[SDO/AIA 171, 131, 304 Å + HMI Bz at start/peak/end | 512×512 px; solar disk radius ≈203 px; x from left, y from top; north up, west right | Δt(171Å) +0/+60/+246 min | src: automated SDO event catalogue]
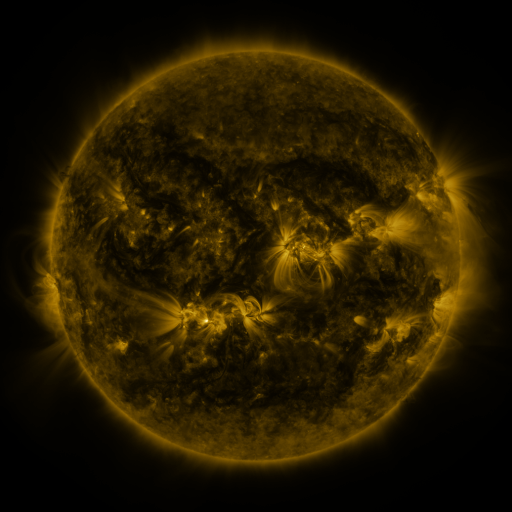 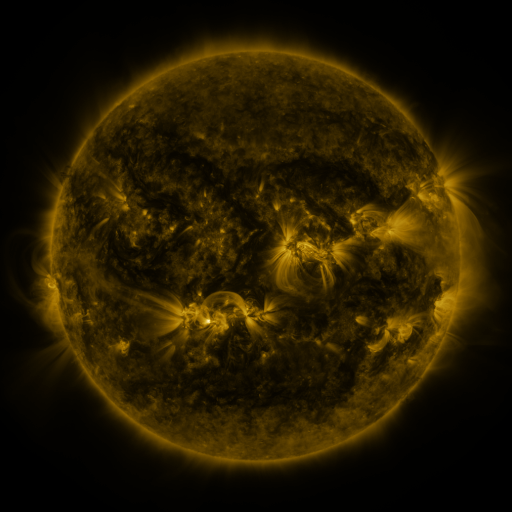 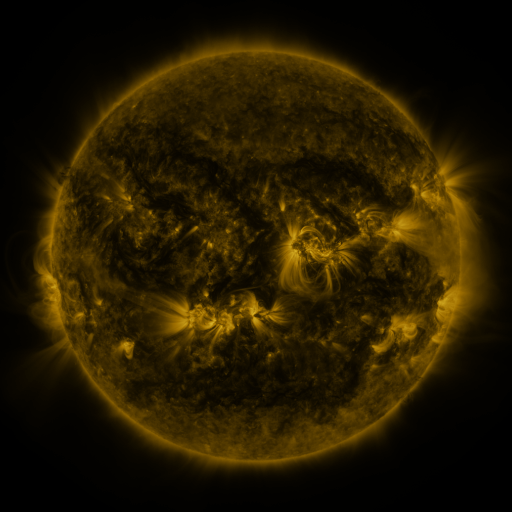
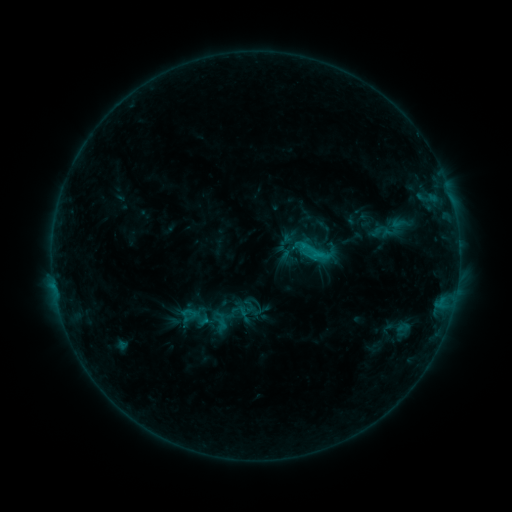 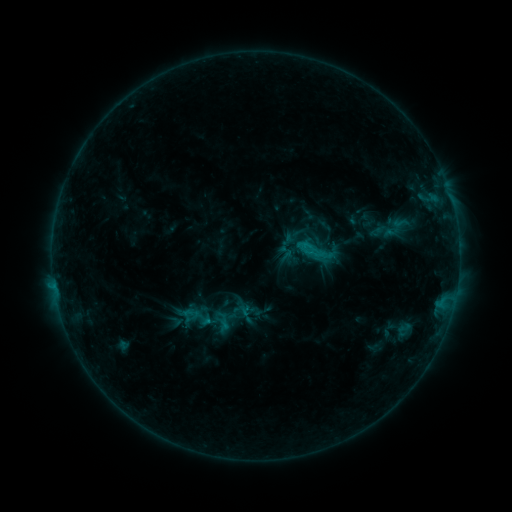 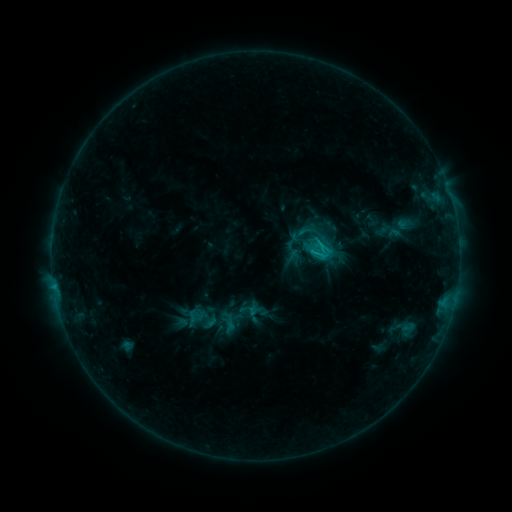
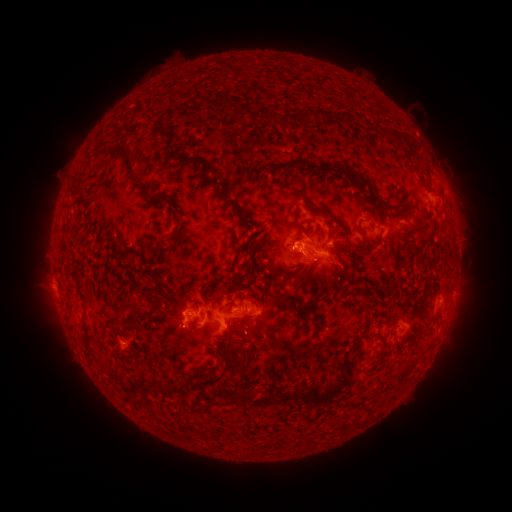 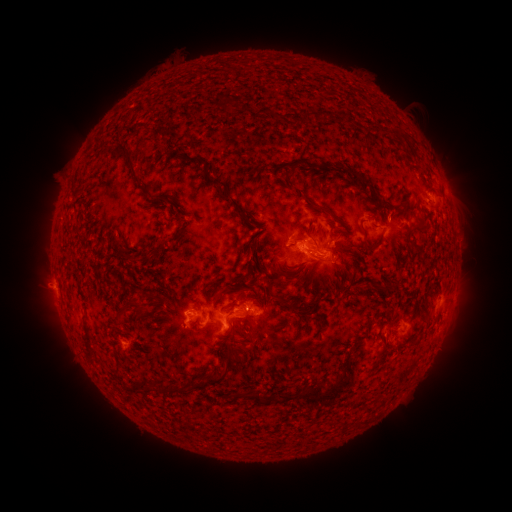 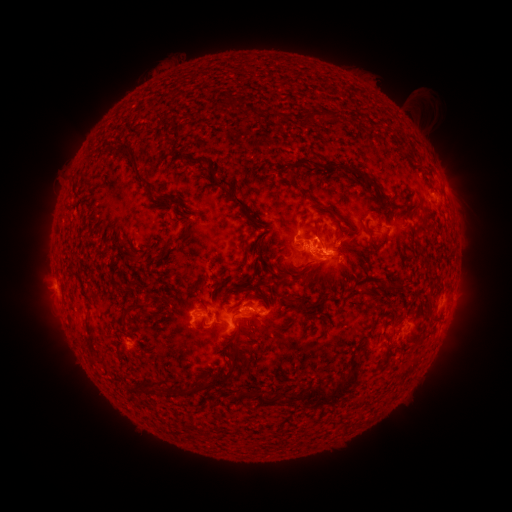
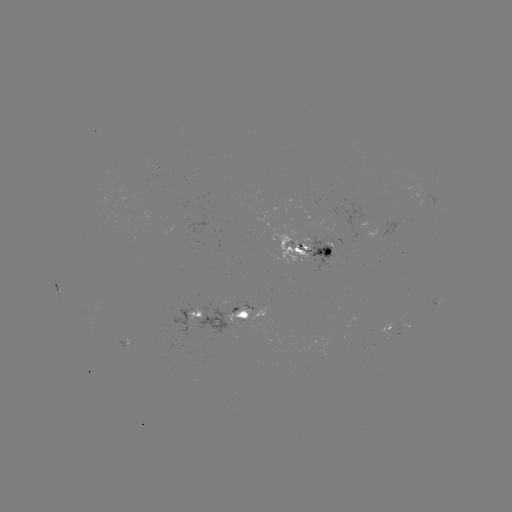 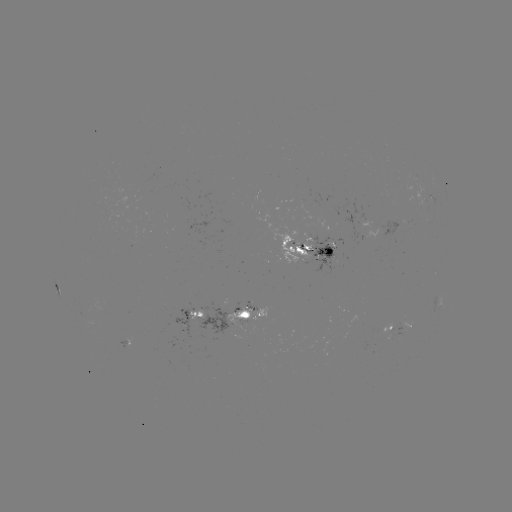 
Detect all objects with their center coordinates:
emerging-flux region: (321, 255)
